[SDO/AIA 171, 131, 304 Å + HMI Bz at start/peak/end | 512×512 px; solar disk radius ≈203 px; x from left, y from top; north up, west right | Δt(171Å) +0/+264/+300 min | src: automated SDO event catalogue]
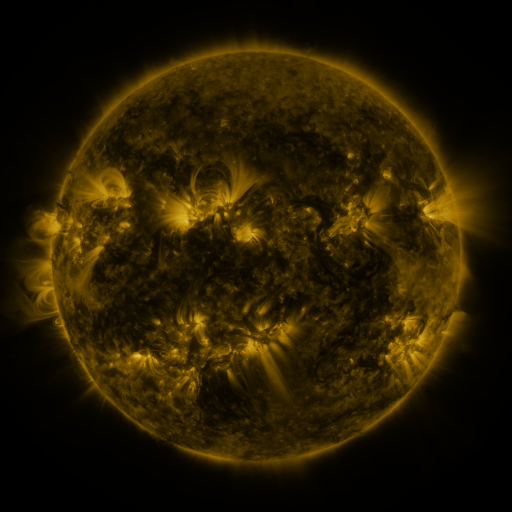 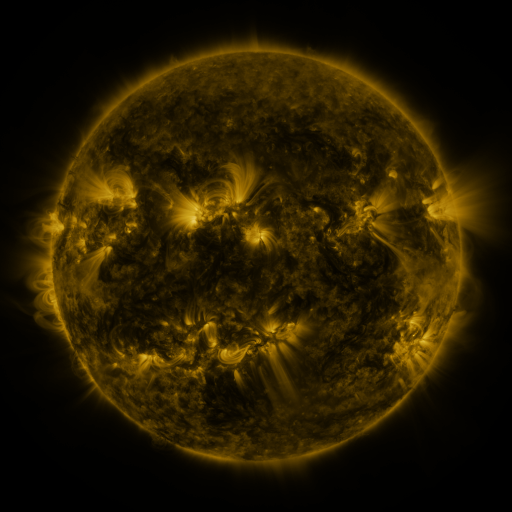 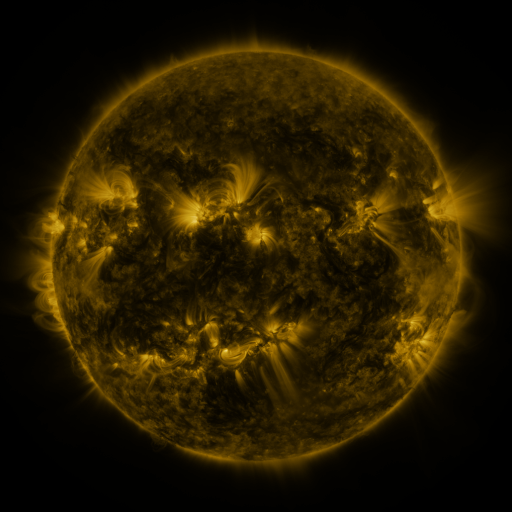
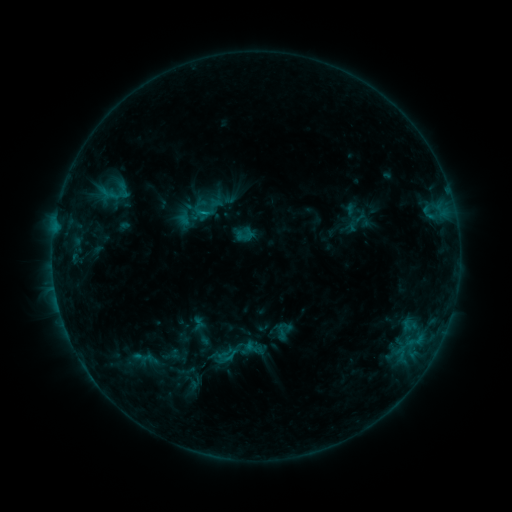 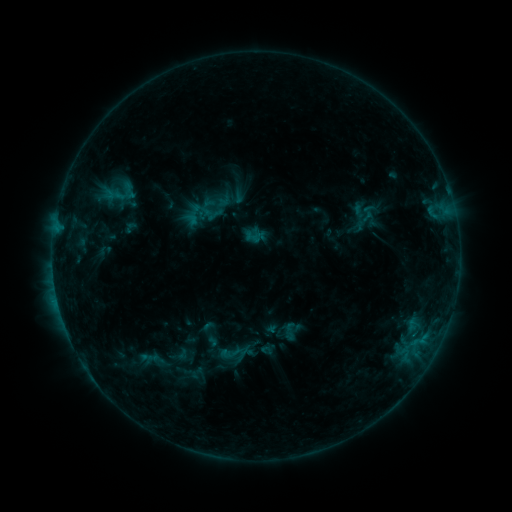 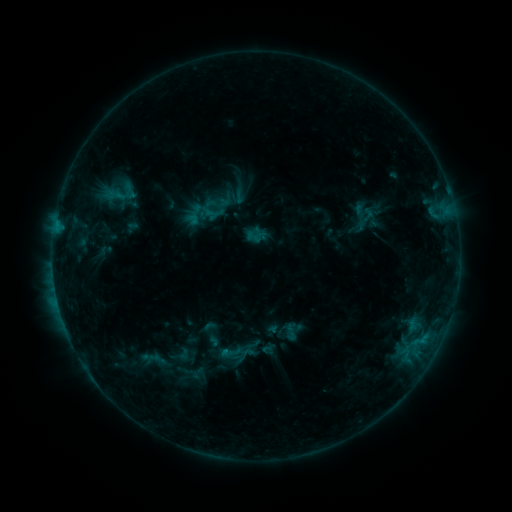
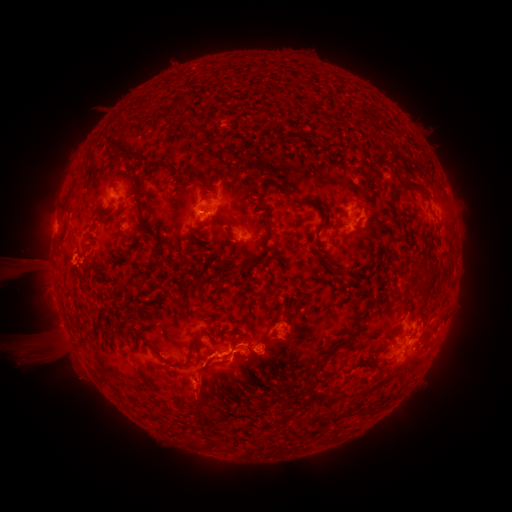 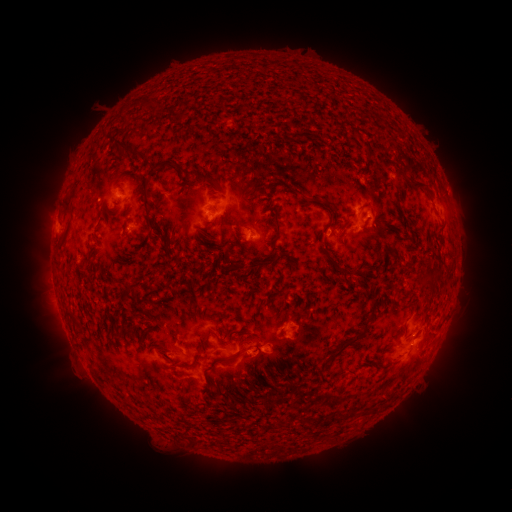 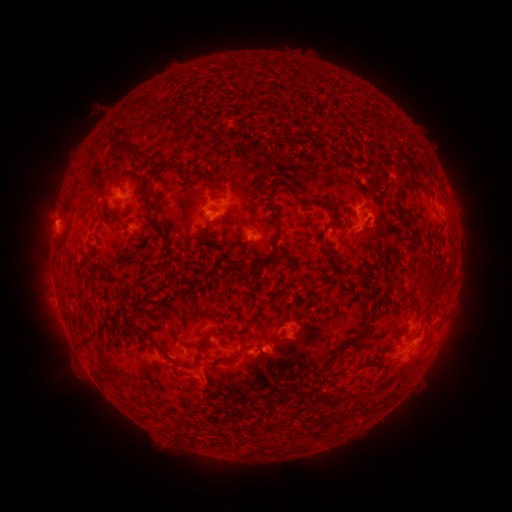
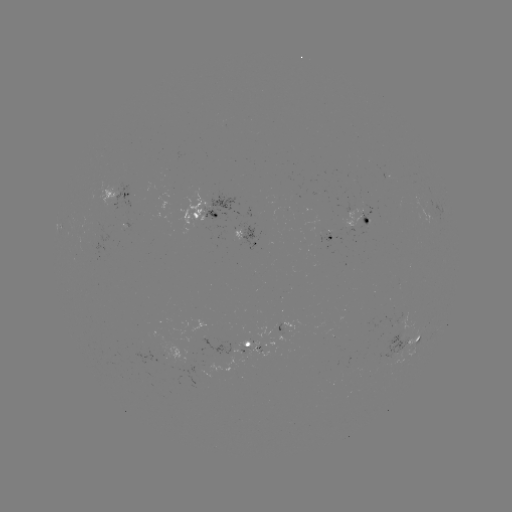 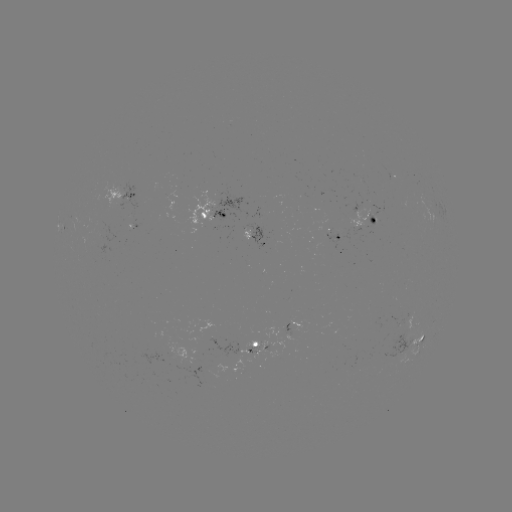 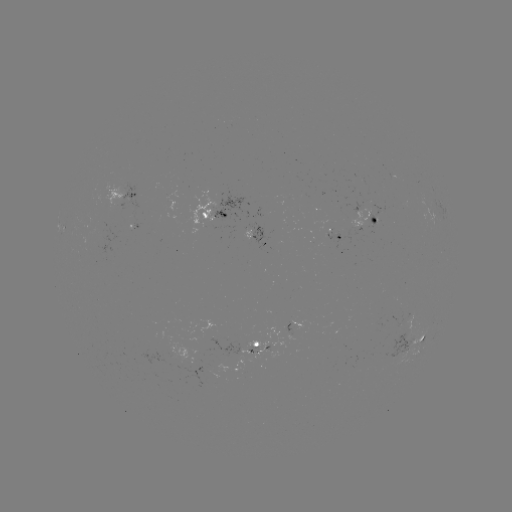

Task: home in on emerging-flux region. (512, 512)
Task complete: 126,223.